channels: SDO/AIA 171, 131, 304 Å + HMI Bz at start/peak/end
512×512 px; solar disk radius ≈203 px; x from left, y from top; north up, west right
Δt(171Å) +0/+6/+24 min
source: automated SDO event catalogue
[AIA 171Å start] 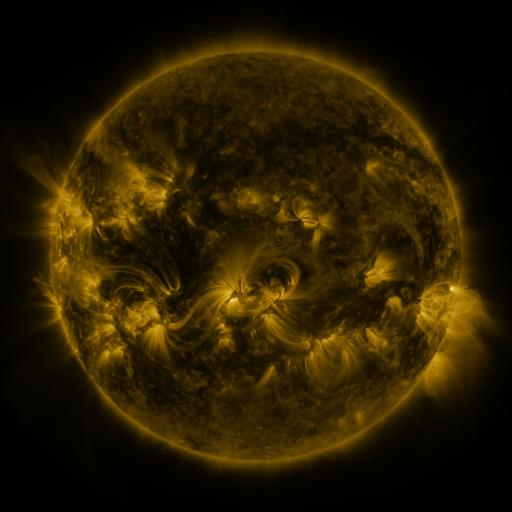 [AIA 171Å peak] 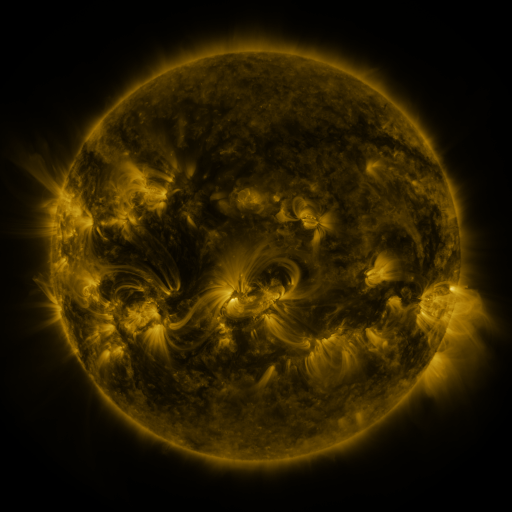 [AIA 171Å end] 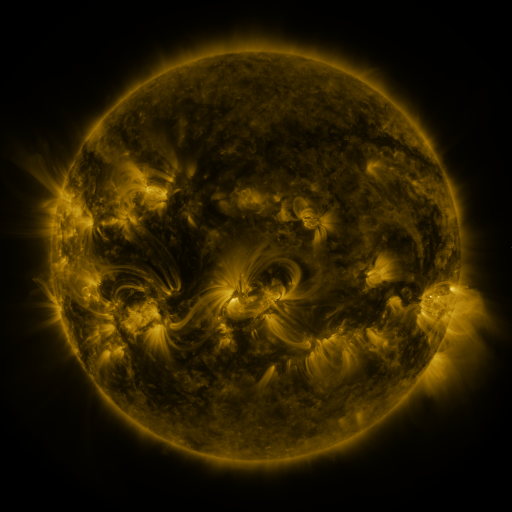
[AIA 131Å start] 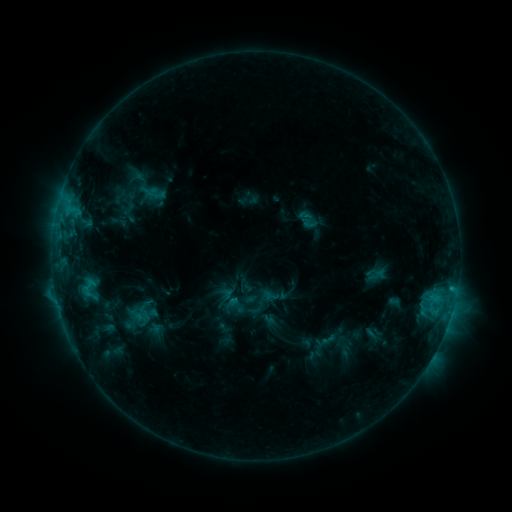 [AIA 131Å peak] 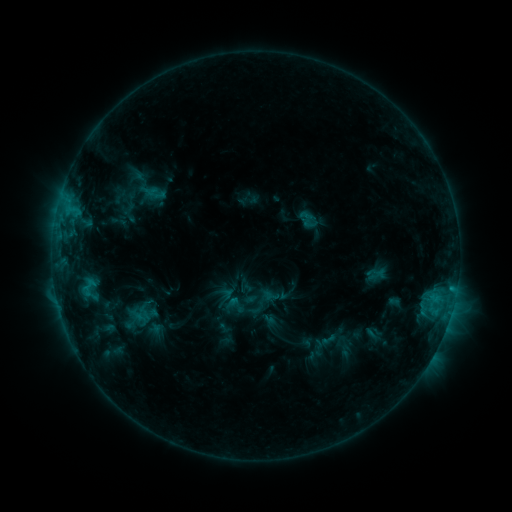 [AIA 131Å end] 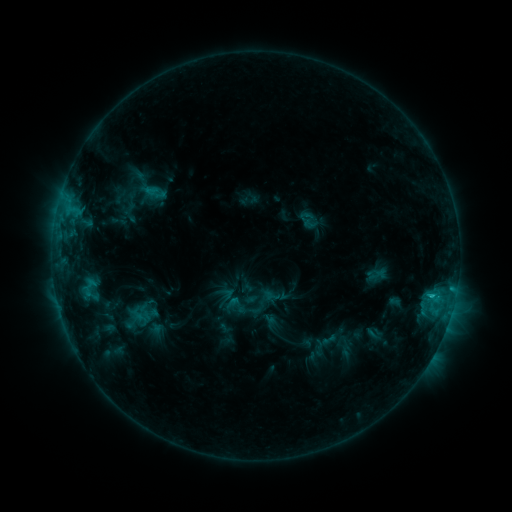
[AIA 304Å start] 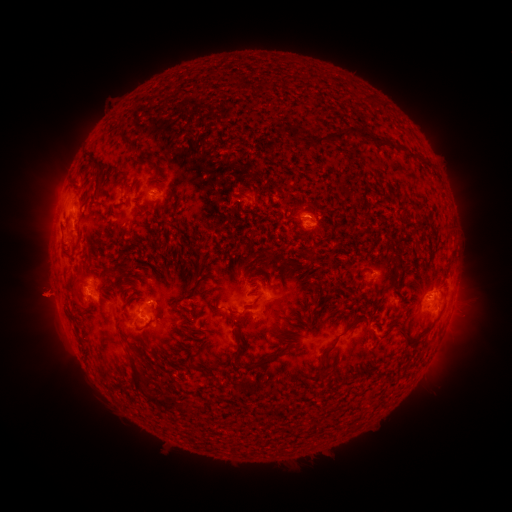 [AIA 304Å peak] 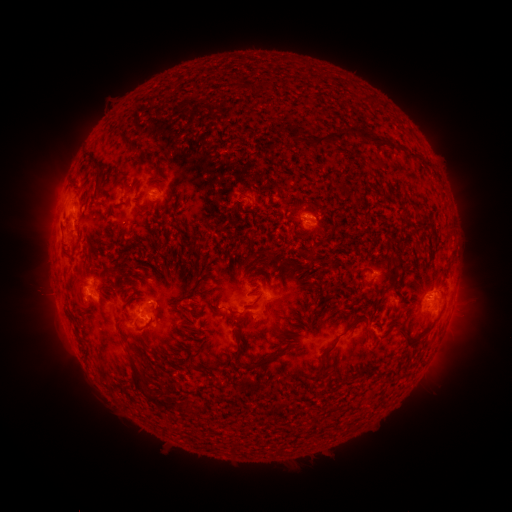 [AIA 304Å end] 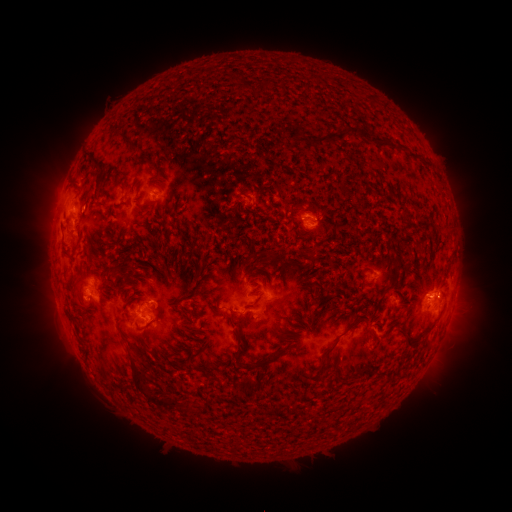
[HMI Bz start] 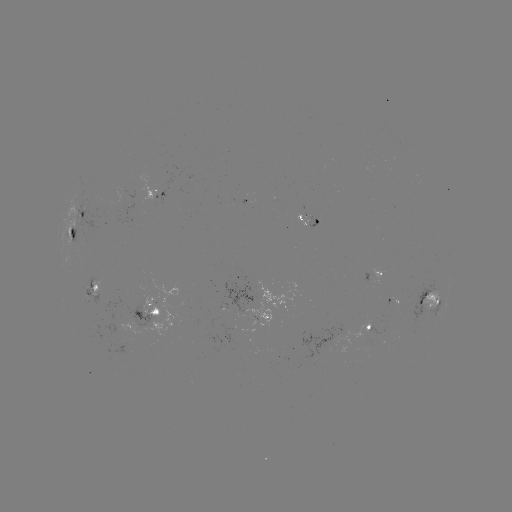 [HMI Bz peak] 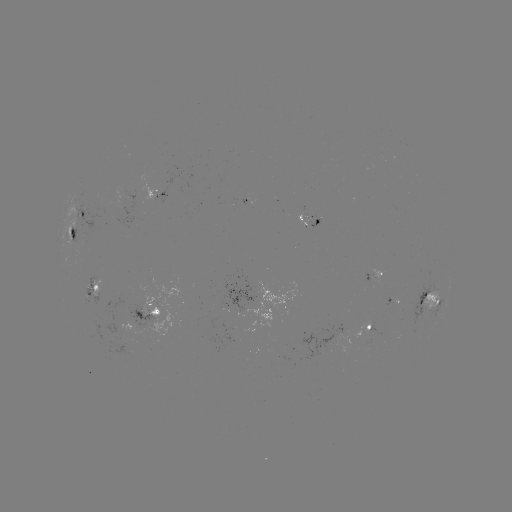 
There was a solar flare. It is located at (436, 297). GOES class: C2.3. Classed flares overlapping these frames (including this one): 1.